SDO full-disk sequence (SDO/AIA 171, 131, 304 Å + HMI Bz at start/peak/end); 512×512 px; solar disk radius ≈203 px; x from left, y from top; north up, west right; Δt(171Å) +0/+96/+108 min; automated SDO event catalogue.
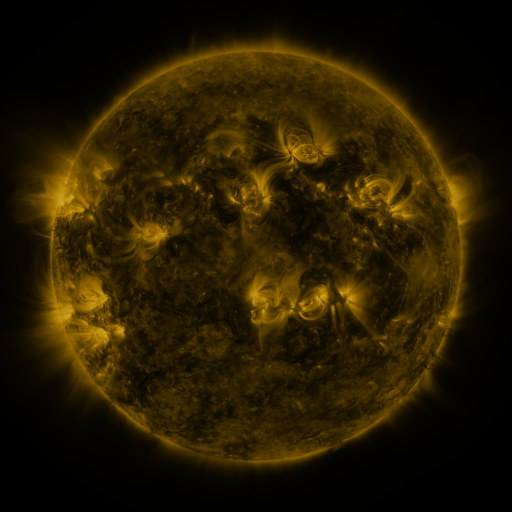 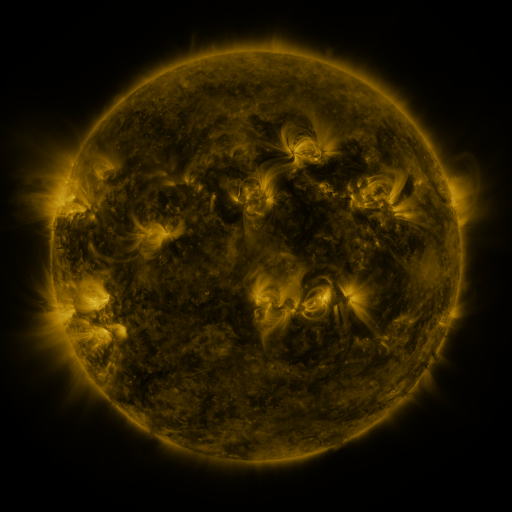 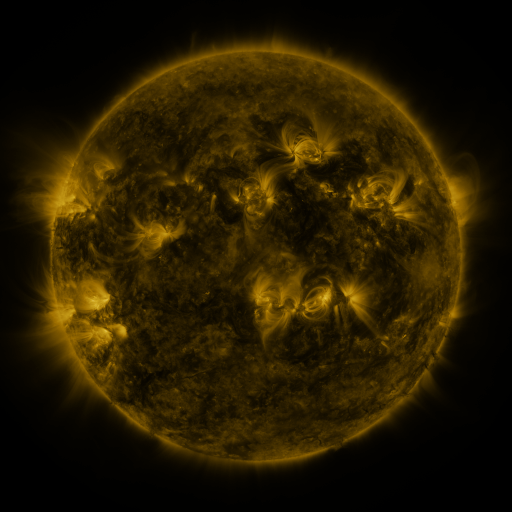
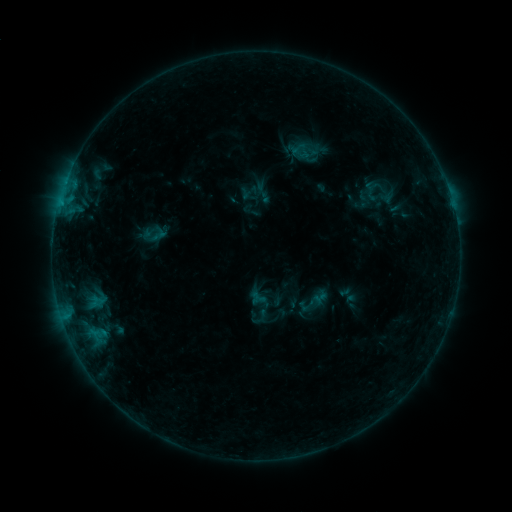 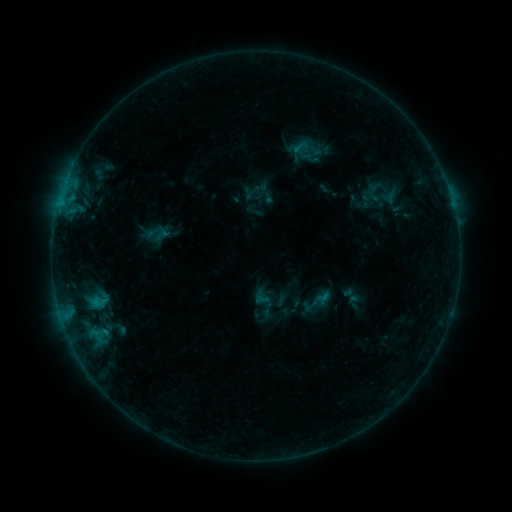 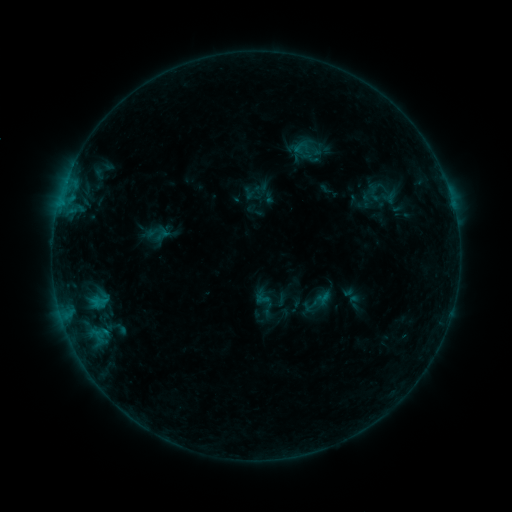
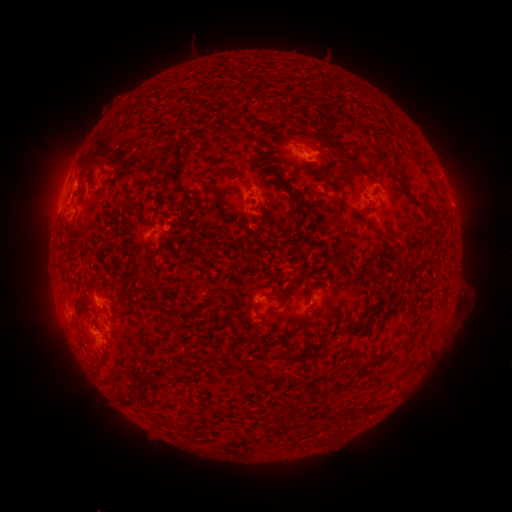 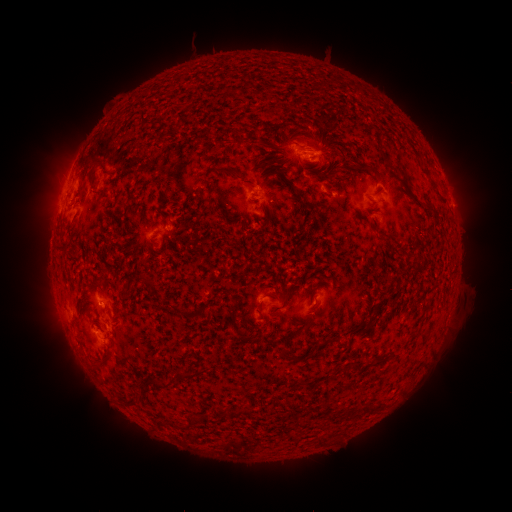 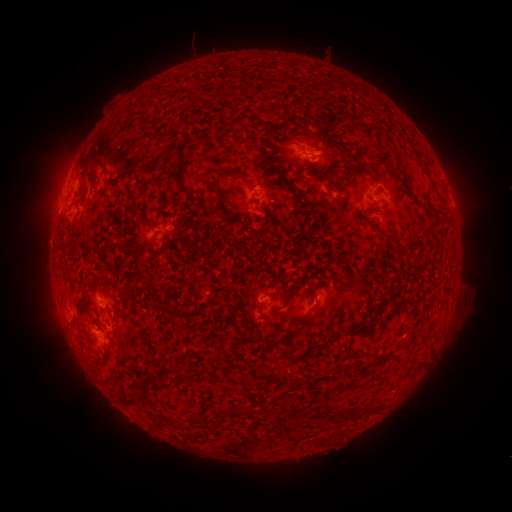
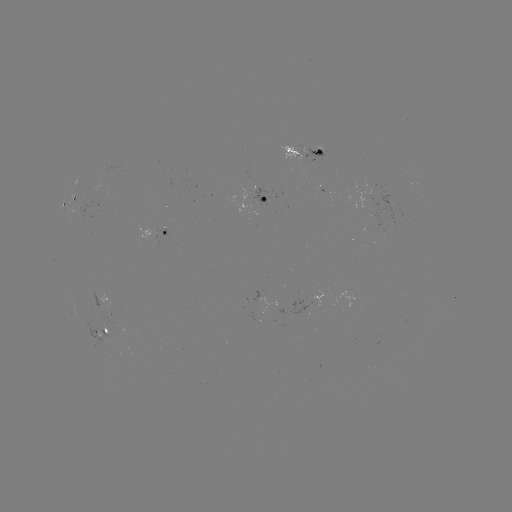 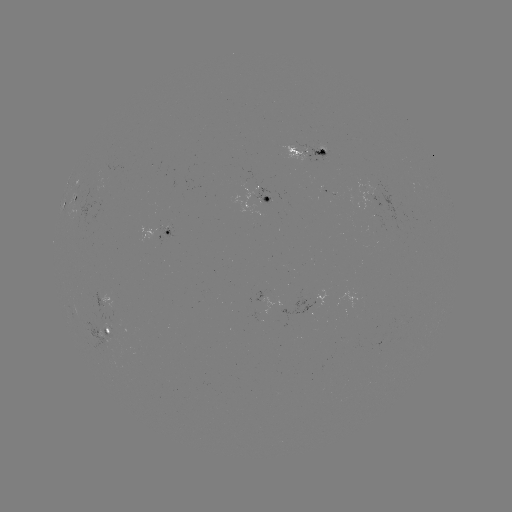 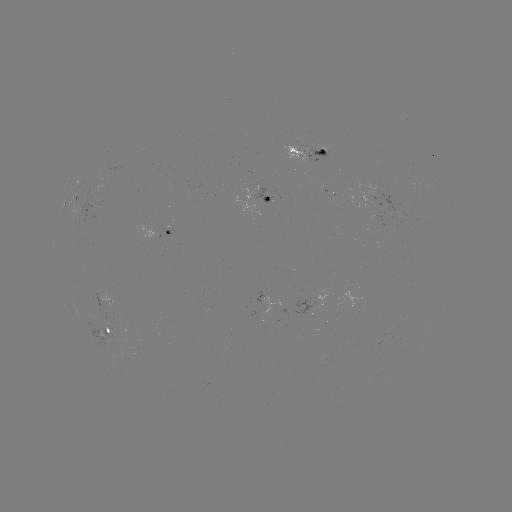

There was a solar emerging-flux region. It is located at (313, 153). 